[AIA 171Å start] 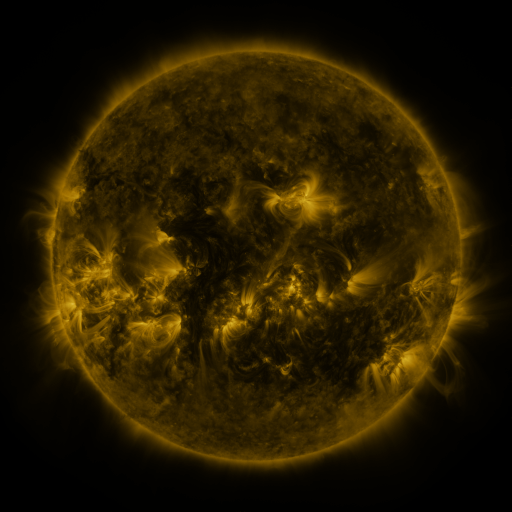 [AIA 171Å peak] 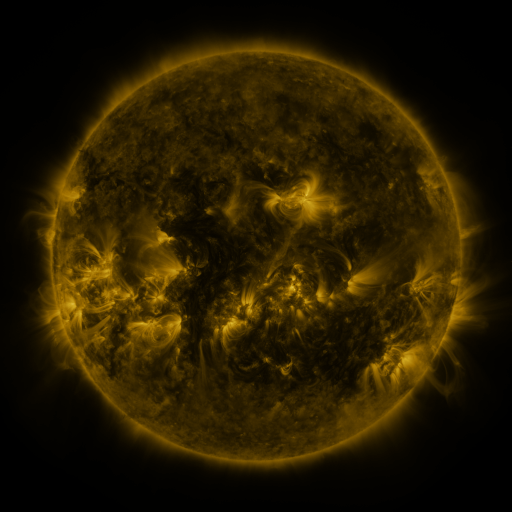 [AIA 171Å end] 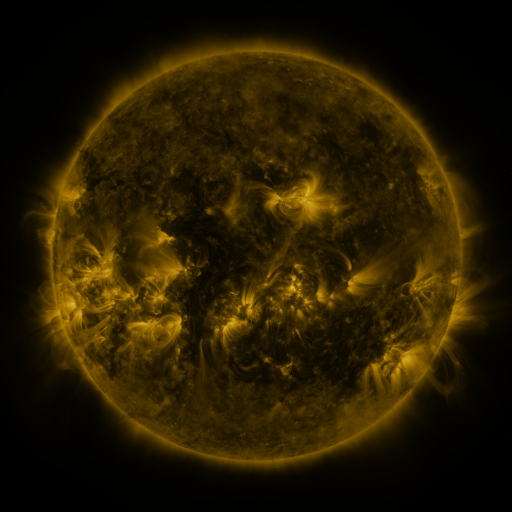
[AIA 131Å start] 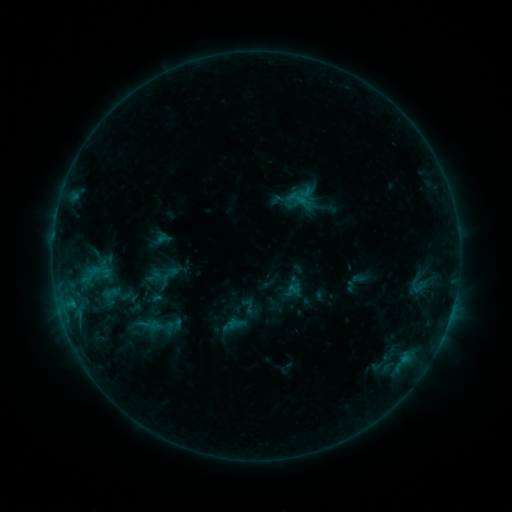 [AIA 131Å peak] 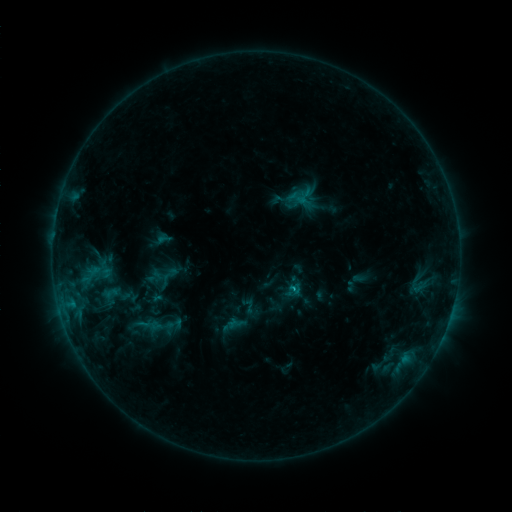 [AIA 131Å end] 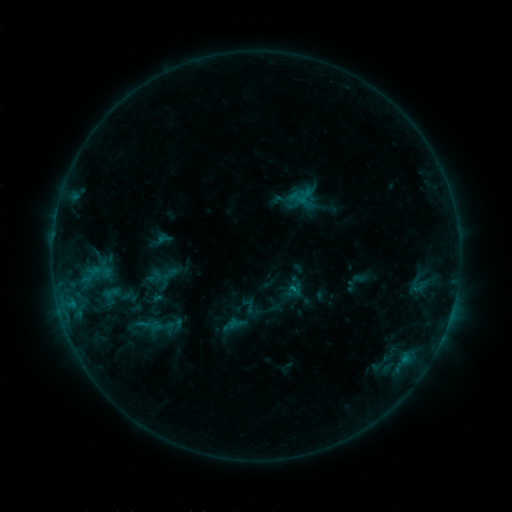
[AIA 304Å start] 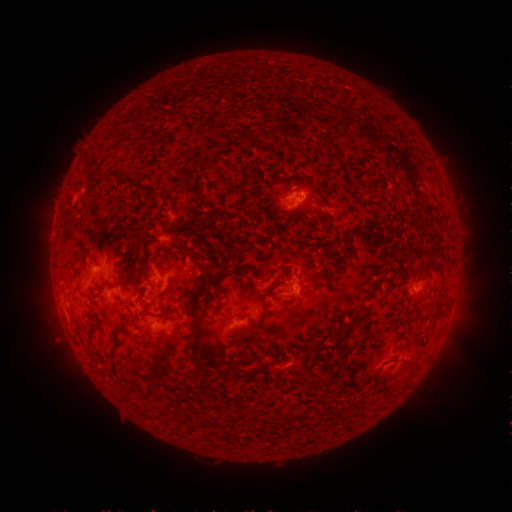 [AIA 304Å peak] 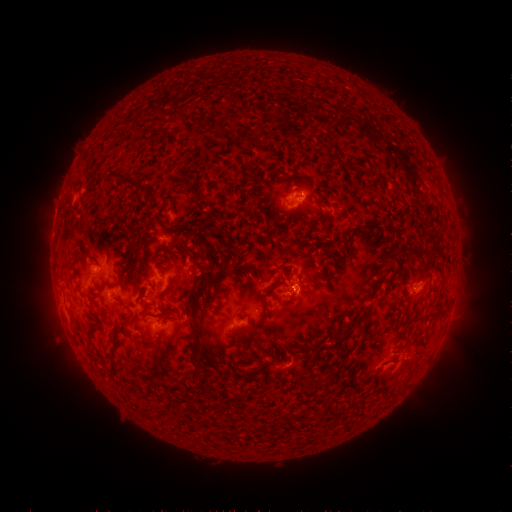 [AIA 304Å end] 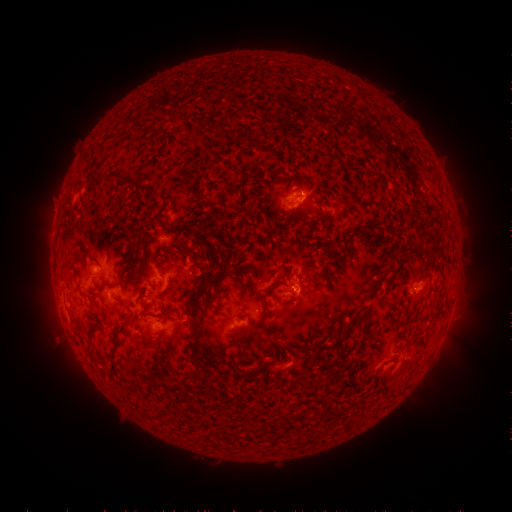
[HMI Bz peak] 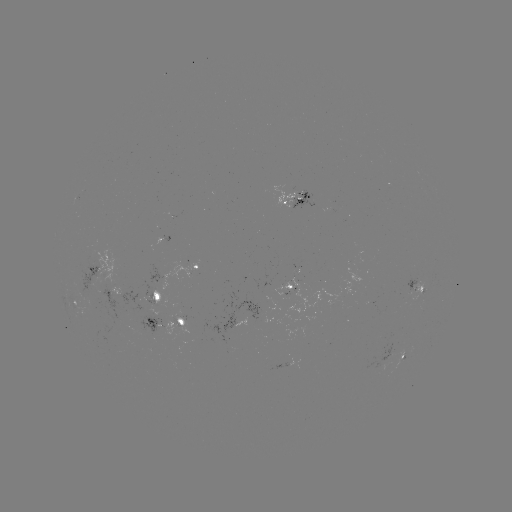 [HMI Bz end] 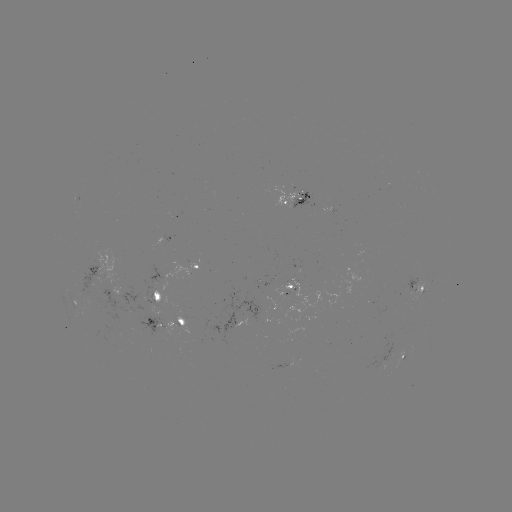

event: flare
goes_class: B8.2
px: (293, 287)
